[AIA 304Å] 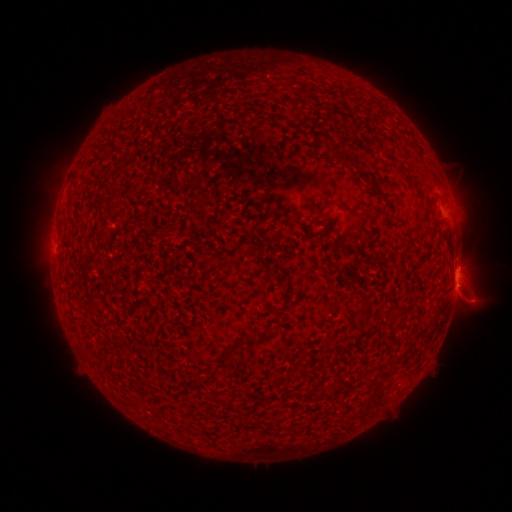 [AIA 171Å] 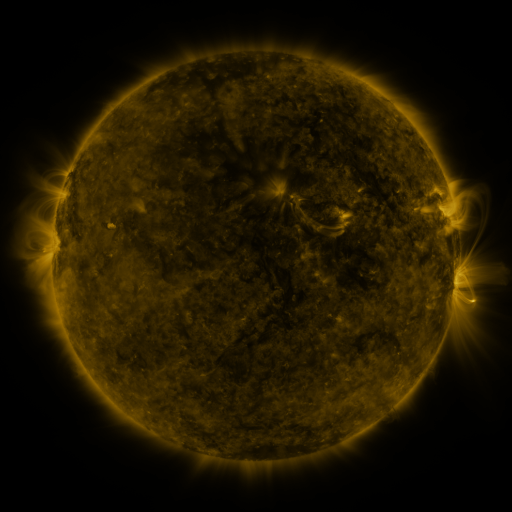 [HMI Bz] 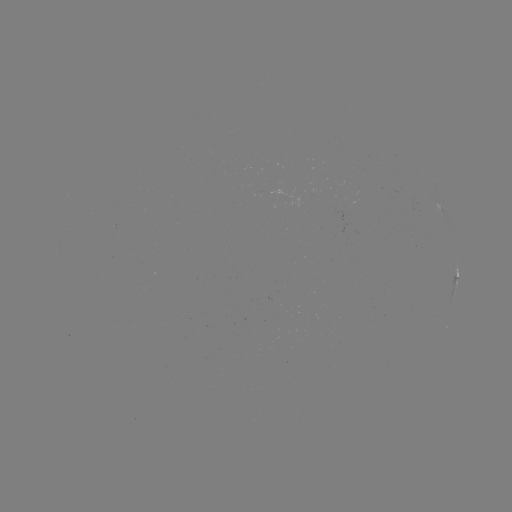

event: spotted active region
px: (457, 278)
